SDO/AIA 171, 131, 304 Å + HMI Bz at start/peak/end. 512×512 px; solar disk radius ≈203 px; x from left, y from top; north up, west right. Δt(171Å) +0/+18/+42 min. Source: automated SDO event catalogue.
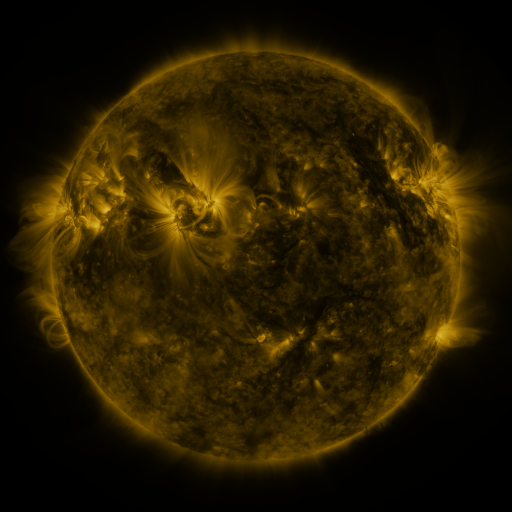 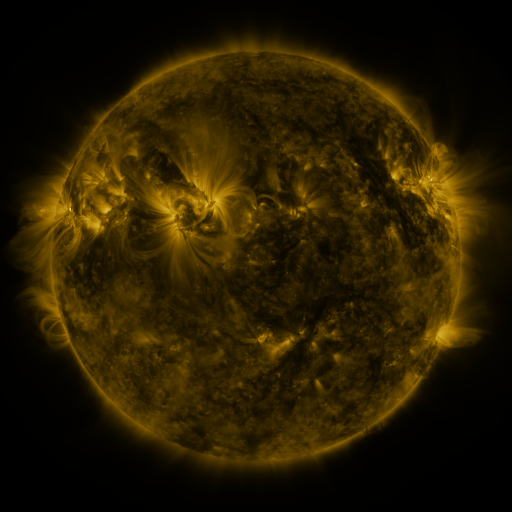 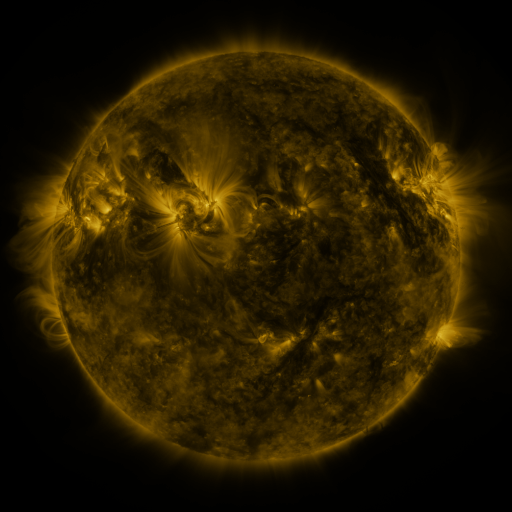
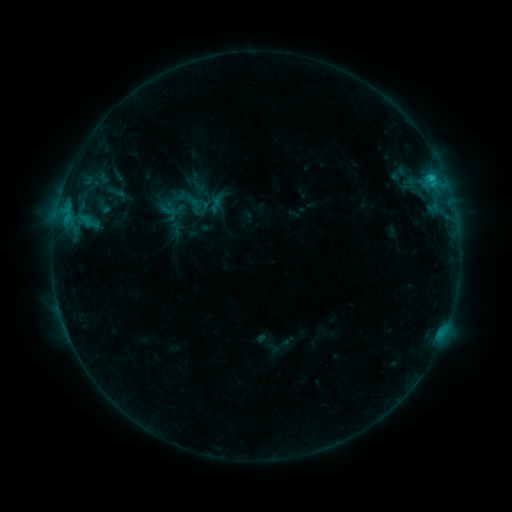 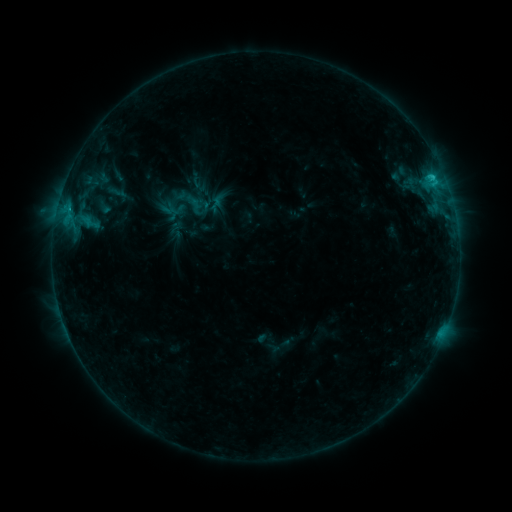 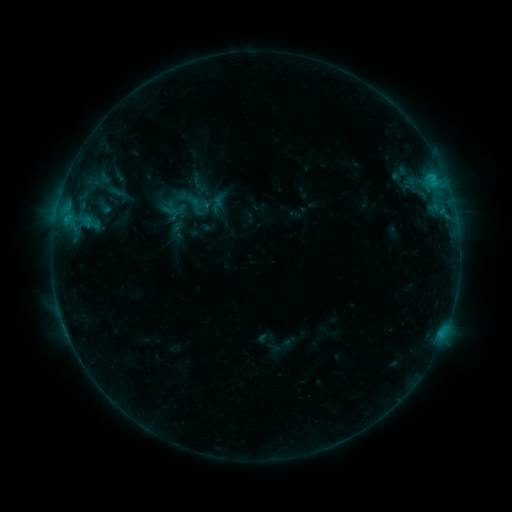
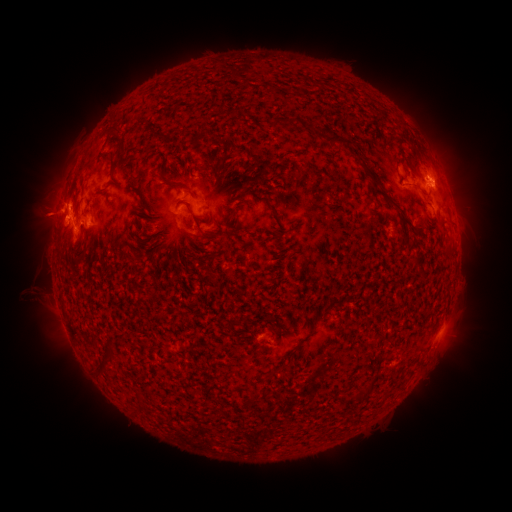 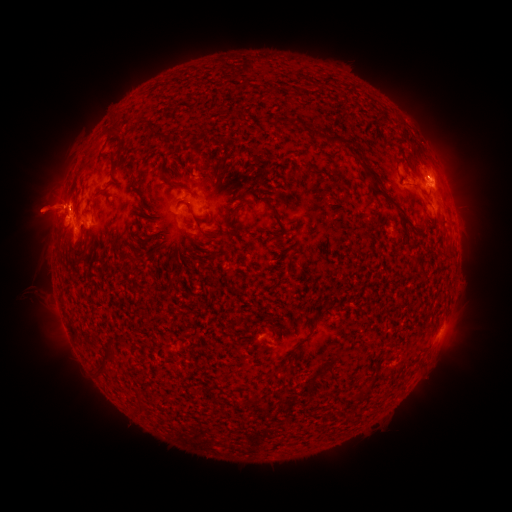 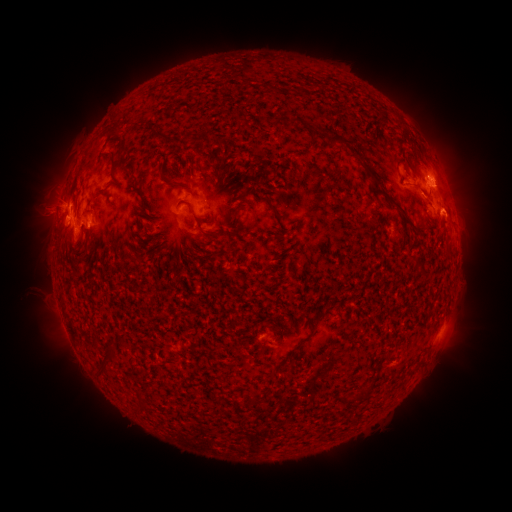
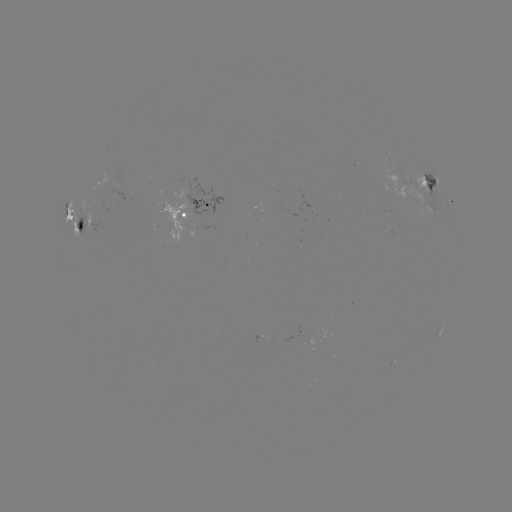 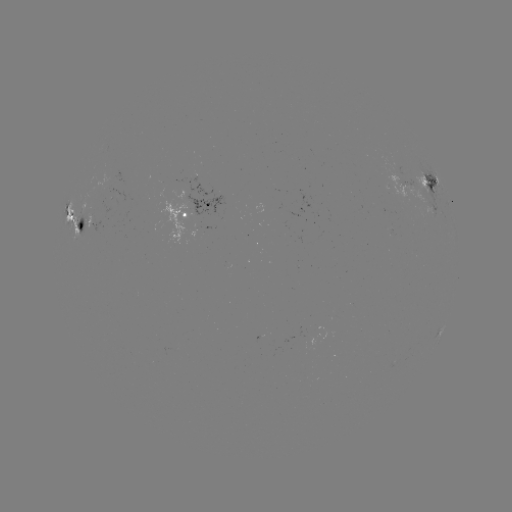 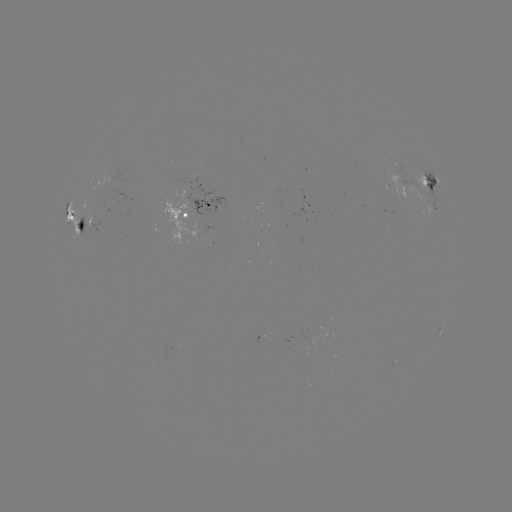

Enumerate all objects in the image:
eruption: (40, 208)
